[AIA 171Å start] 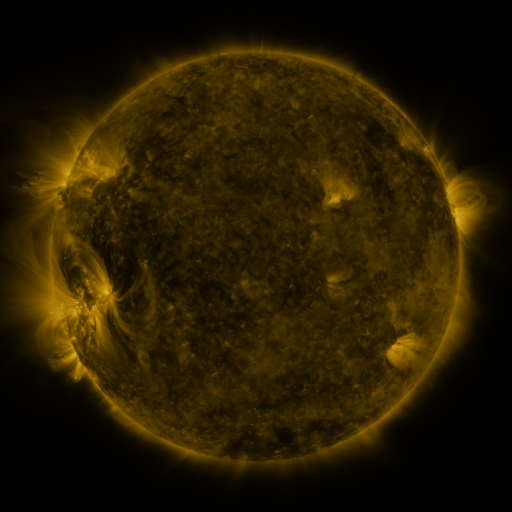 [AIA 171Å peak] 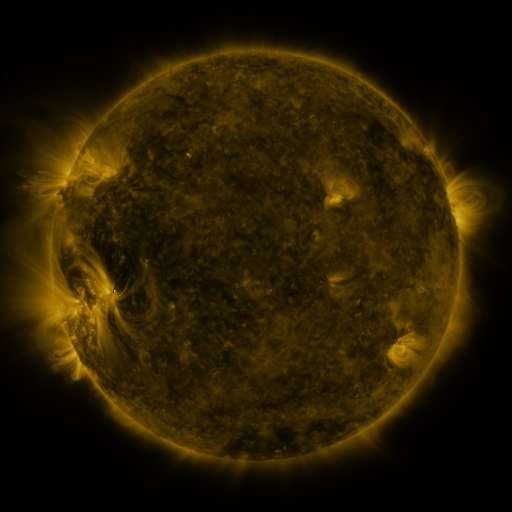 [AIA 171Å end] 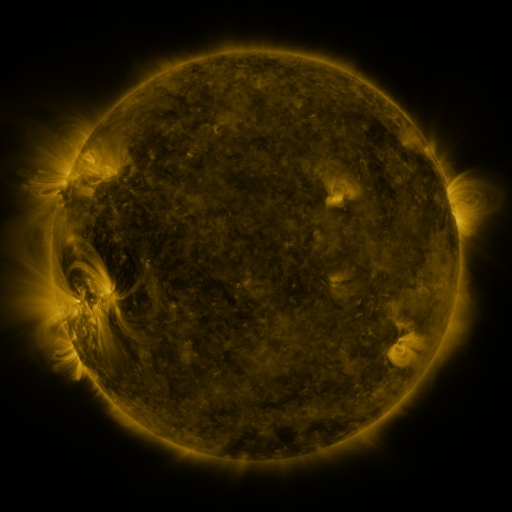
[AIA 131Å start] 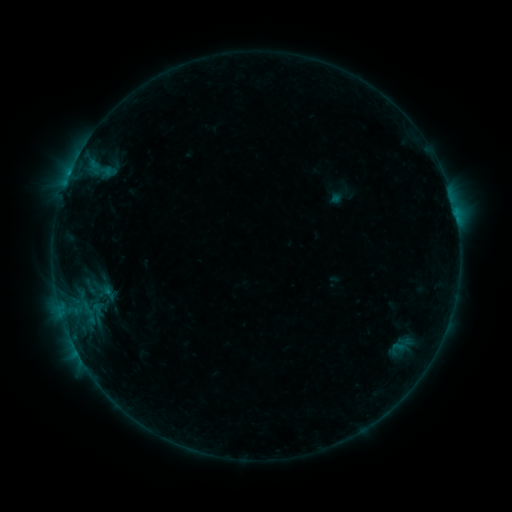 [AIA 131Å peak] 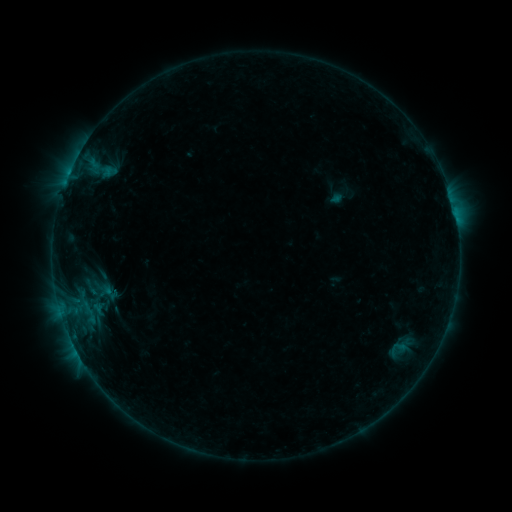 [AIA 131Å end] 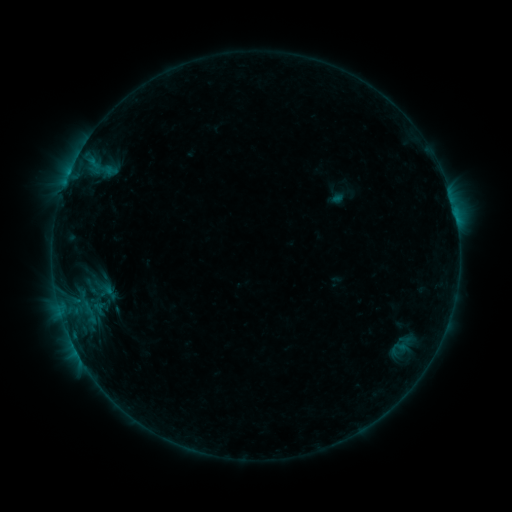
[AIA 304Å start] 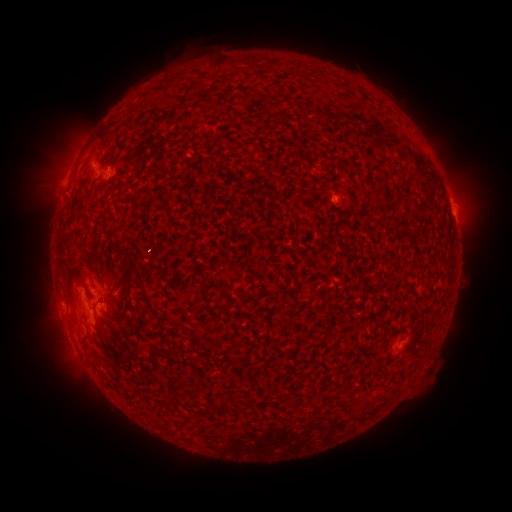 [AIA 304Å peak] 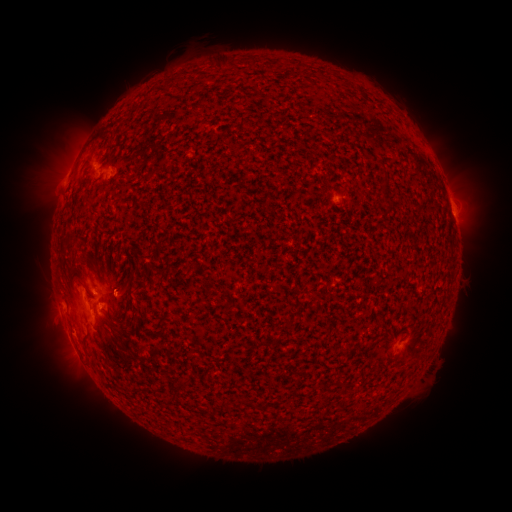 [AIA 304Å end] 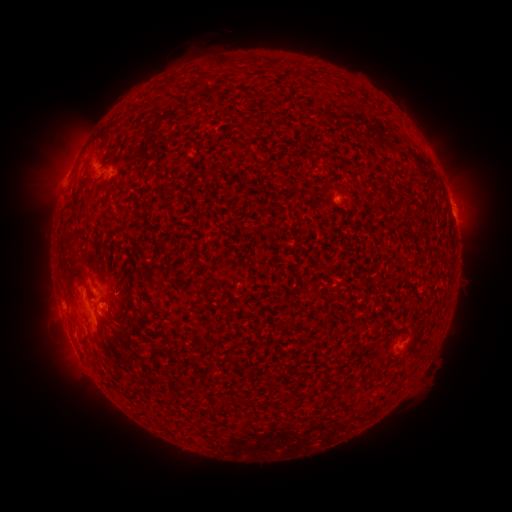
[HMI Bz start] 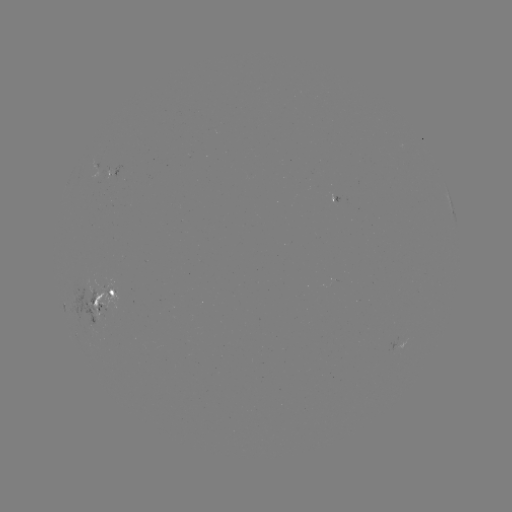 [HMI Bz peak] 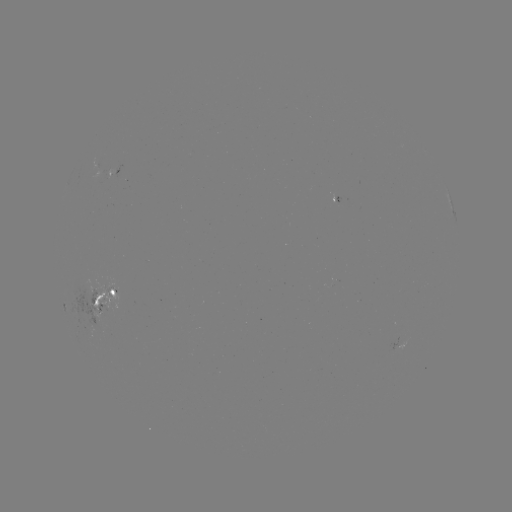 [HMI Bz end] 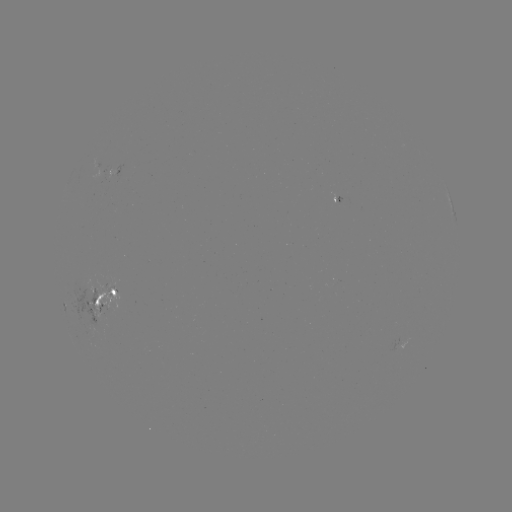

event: emerging-flux region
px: (101, 285)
